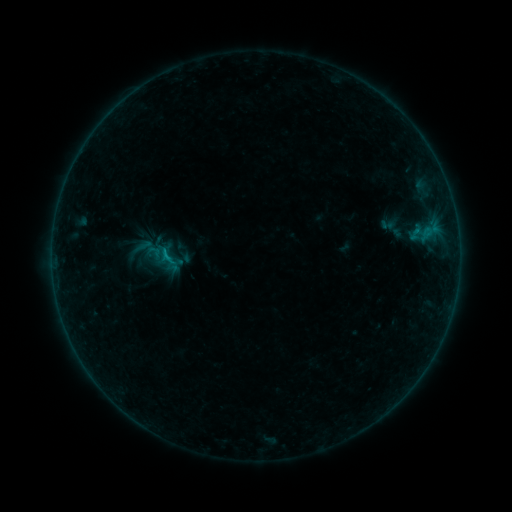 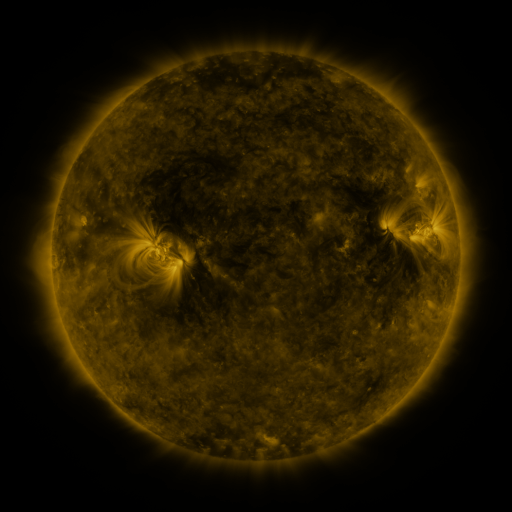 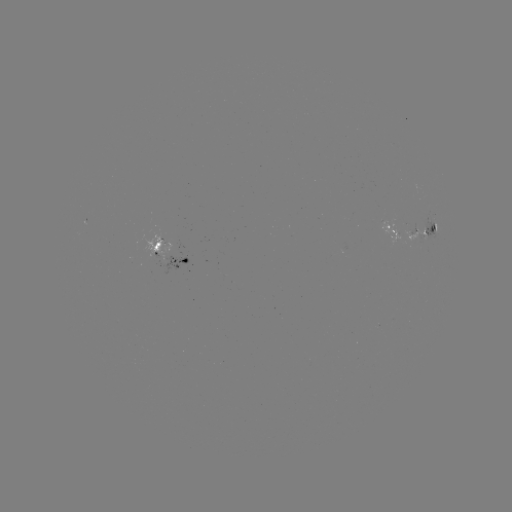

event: sigmoid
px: (167, 257)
